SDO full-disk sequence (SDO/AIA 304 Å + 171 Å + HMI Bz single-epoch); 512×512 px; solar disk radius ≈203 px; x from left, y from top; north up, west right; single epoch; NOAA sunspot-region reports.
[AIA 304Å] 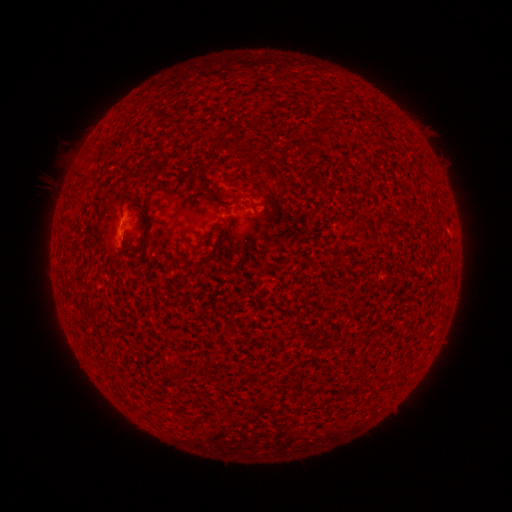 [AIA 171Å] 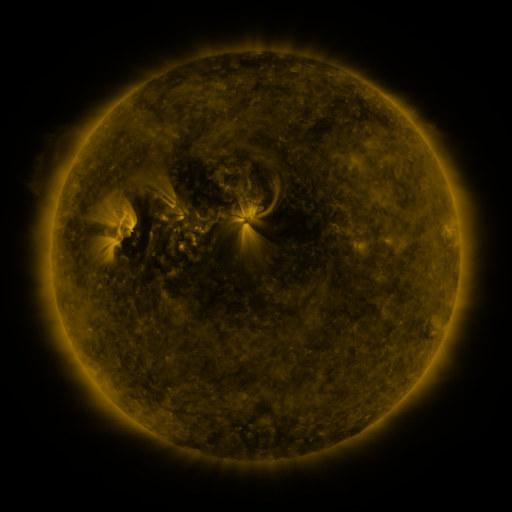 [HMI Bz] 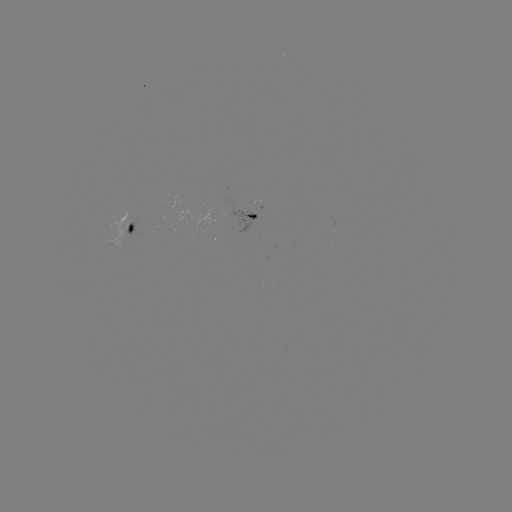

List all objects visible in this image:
spotted active region: (256, 216)
spotted active region: (131, 225)
